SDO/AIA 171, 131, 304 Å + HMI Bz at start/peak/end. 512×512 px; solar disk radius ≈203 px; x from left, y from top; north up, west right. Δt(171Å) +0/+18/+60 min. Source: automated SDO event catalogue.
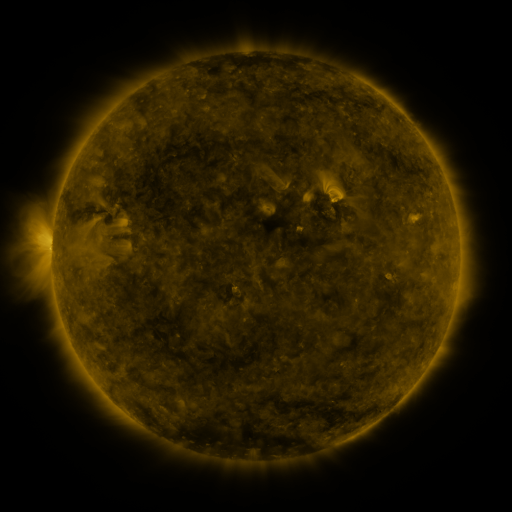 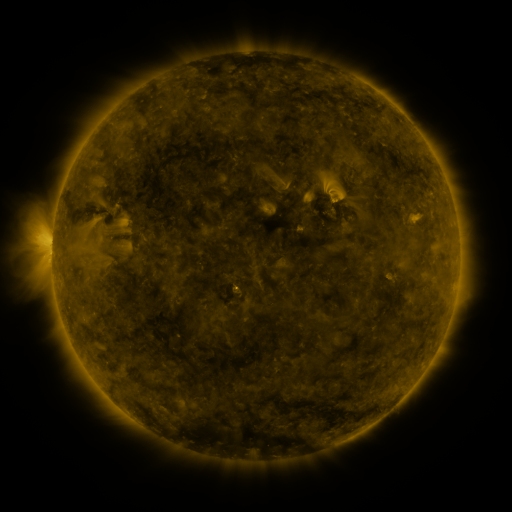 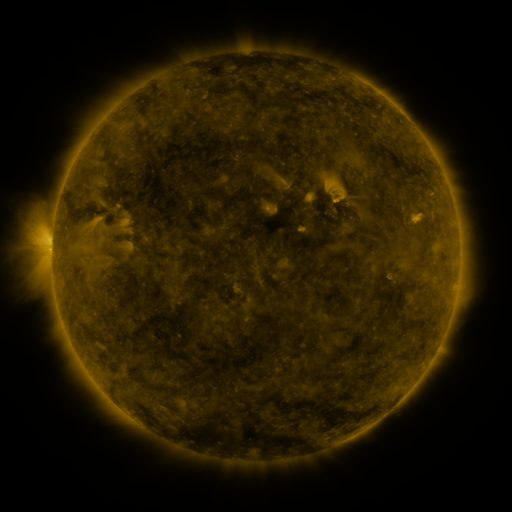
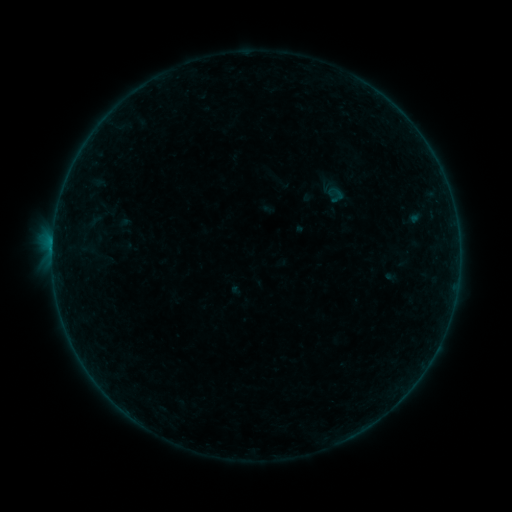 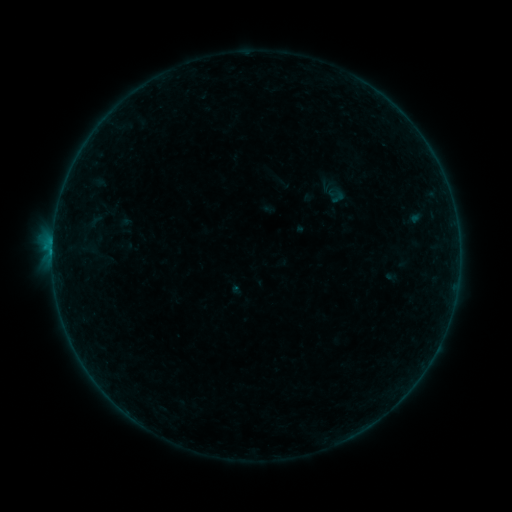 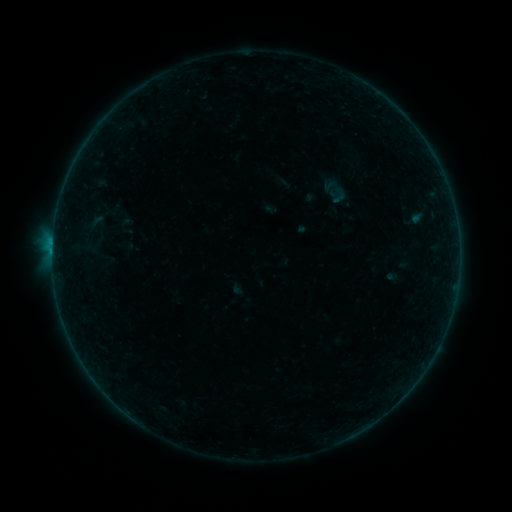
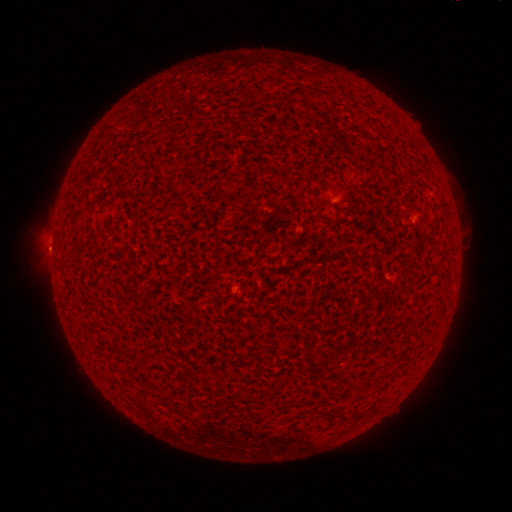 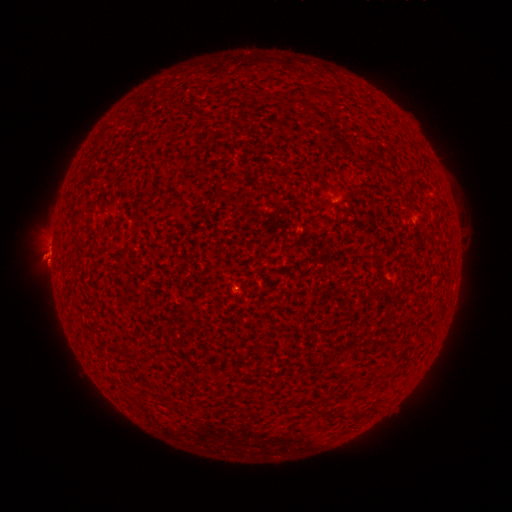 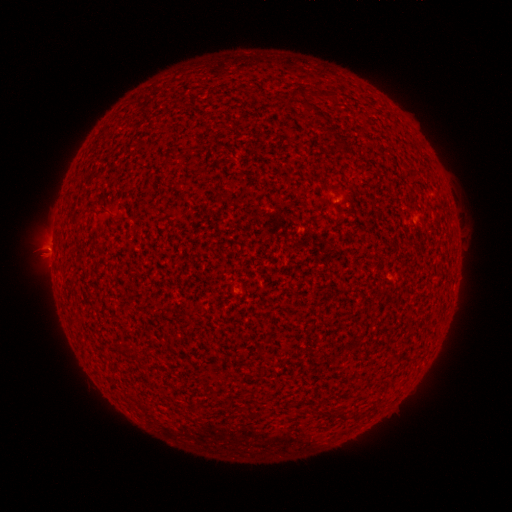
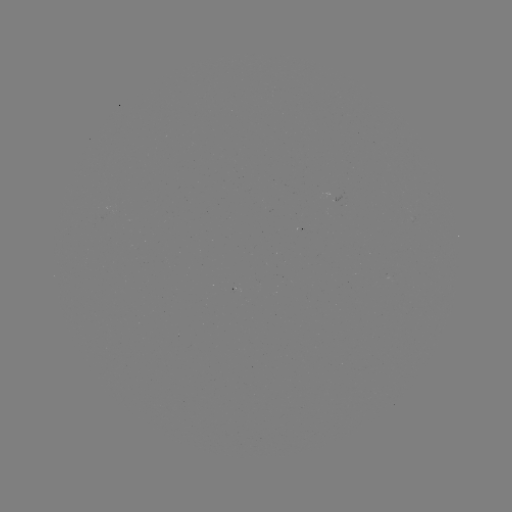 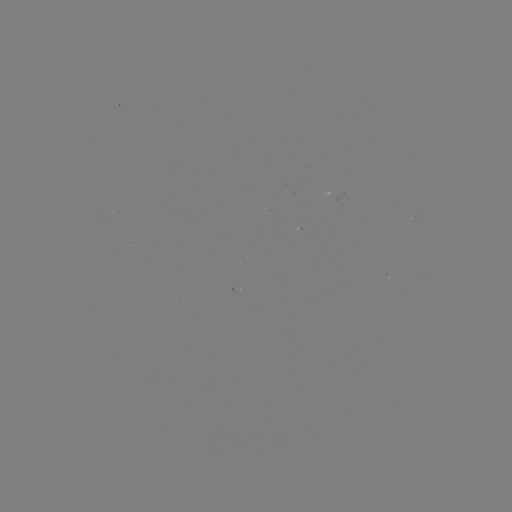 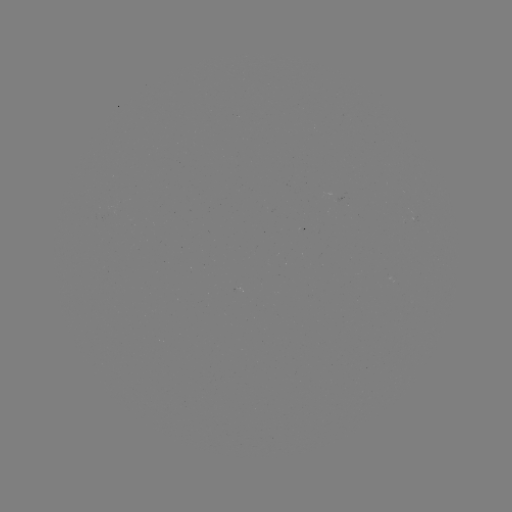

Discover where B3.3 flare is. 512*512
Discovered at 52,252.